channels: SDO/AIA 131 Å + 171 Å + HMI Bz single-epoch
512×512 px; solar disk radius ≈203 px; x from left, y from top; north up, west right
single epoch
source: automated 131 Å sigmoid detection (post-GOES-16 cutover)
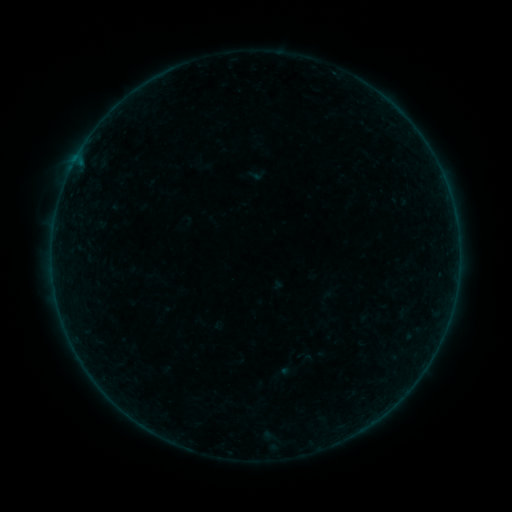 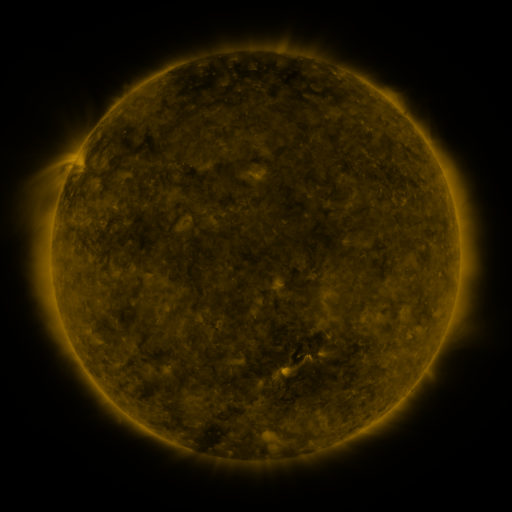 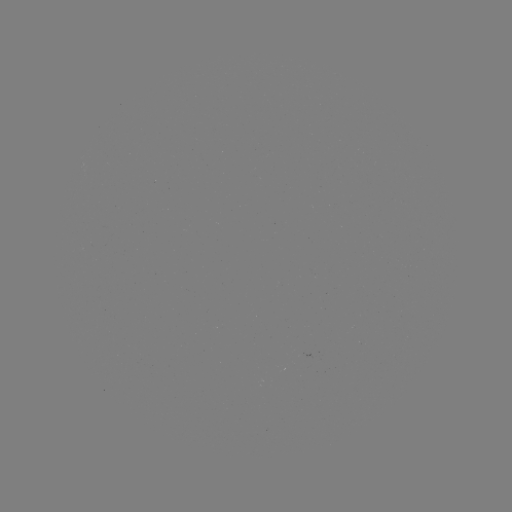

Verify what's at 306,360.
sigmoid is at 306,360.